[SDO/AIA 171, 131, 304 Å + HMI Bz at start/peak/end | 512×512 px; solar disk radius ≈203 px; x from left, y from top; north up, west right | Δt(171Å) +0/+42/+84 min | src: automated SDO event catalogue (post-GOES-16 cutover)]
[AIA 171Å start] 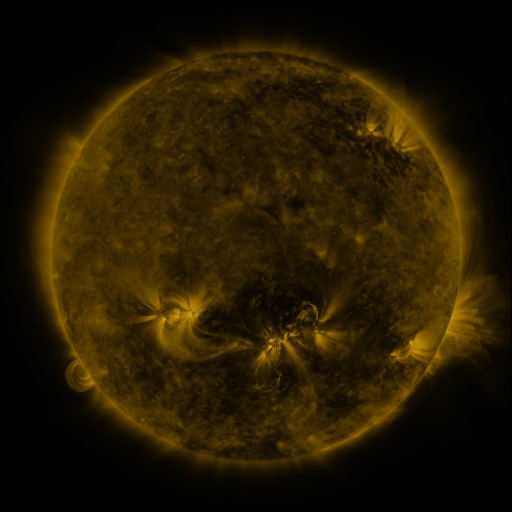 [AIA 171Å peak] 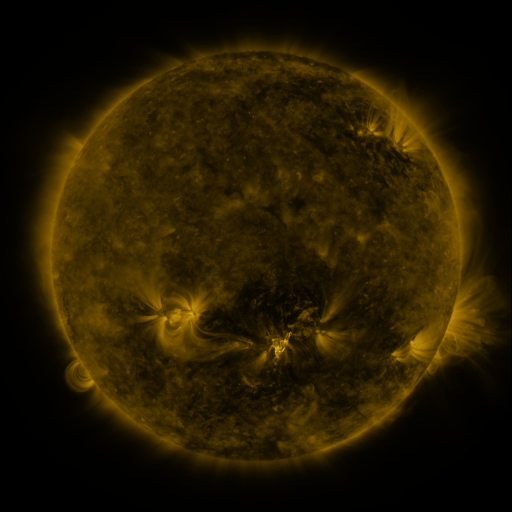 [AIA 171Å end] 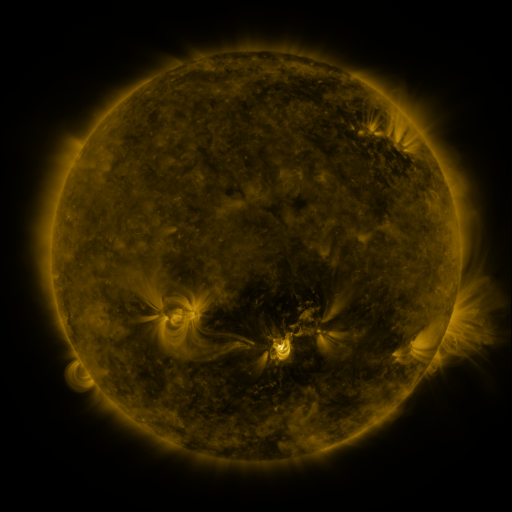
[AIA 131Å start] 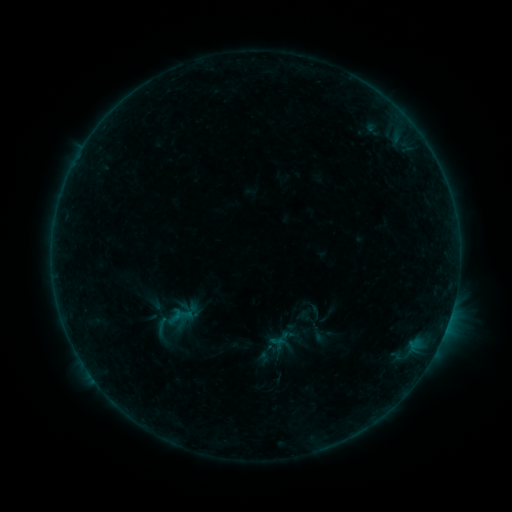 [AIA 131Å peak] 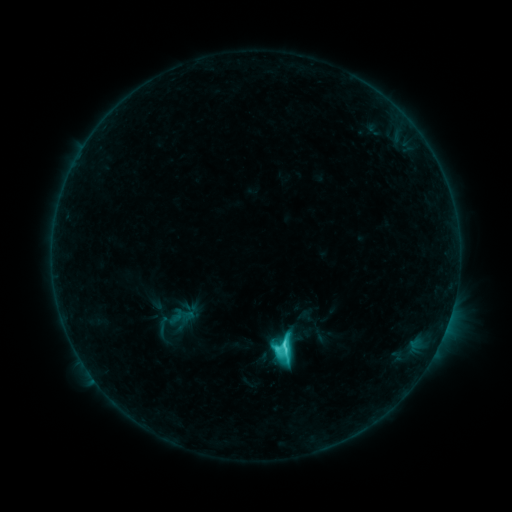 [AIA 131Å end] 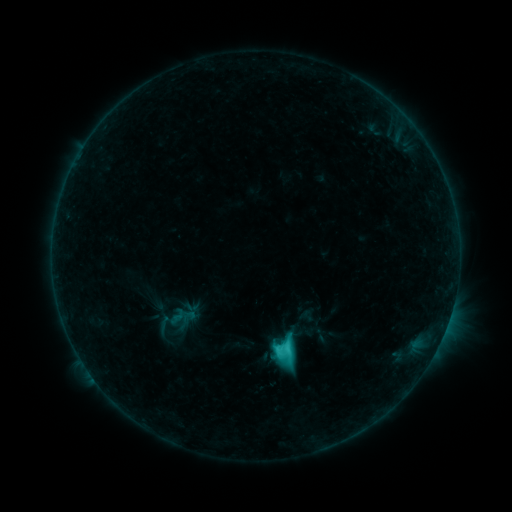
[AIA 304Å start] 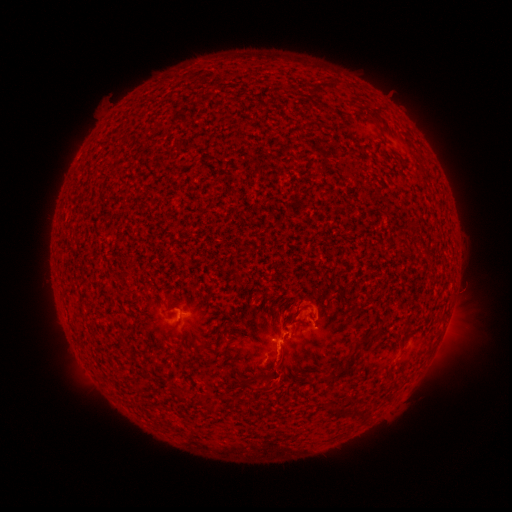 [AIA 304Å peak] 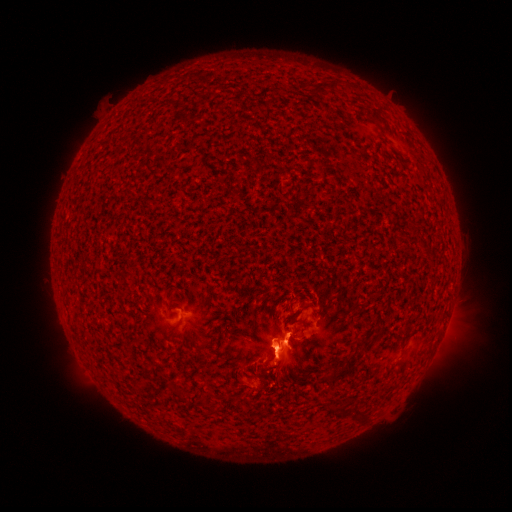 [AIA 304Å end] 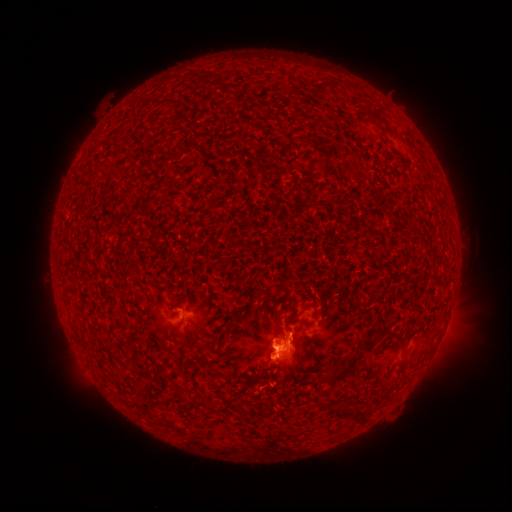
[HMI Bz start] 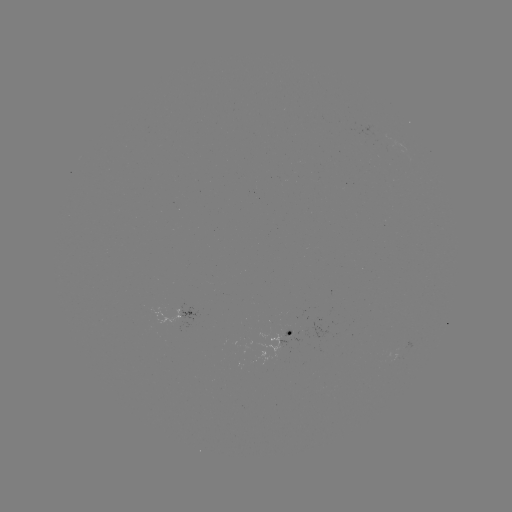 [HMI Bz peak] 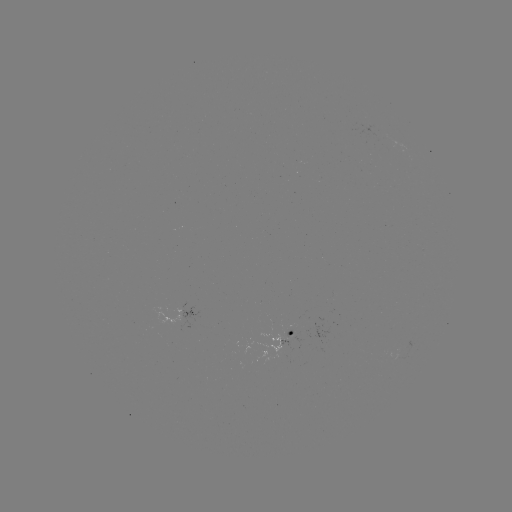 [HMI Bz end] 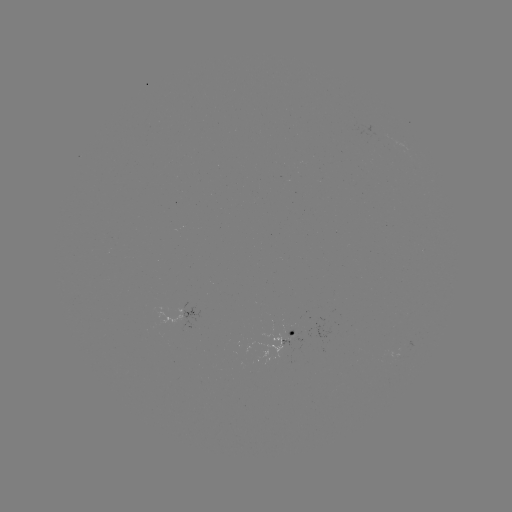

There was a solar flare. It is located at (281, 342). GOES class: C7.4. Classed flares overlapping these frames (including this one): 1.